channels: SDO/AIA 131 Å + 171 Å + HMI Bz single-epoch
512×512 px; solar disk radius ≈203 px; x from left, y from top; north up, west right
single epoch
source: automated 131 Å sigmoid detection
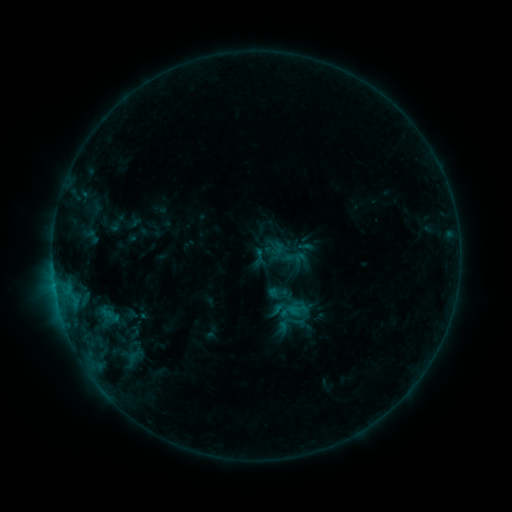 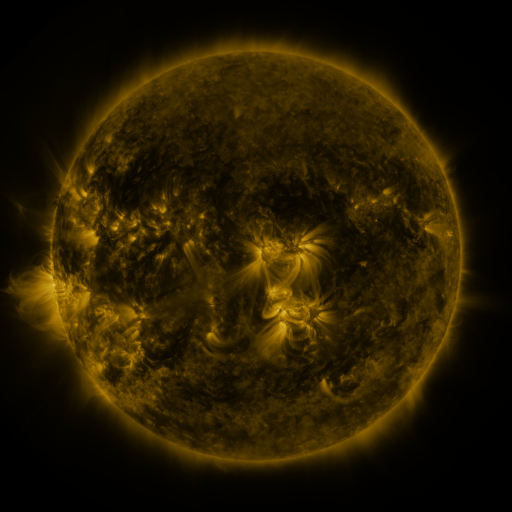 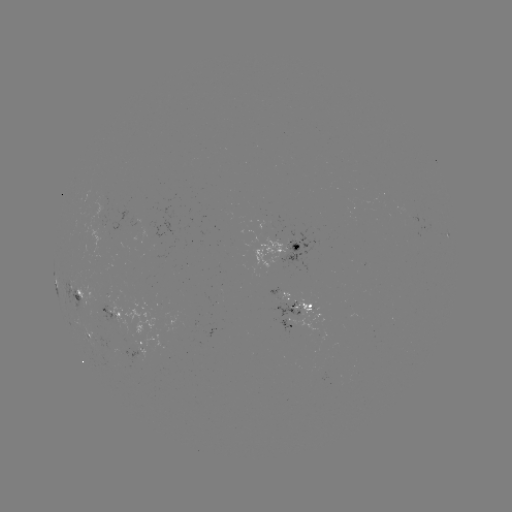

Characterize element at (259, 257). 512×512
sigmoid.